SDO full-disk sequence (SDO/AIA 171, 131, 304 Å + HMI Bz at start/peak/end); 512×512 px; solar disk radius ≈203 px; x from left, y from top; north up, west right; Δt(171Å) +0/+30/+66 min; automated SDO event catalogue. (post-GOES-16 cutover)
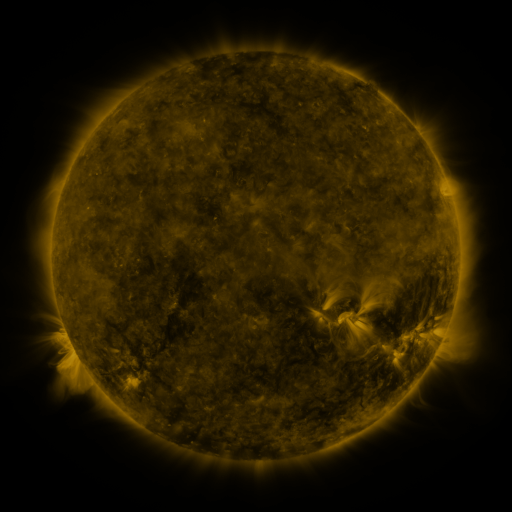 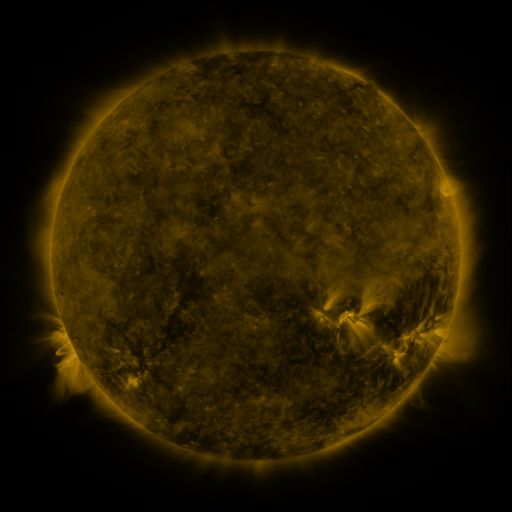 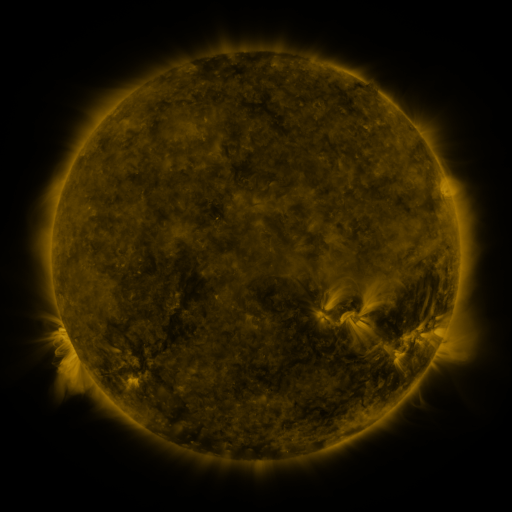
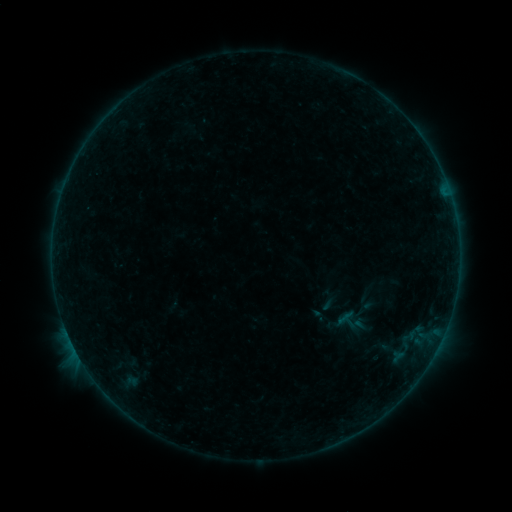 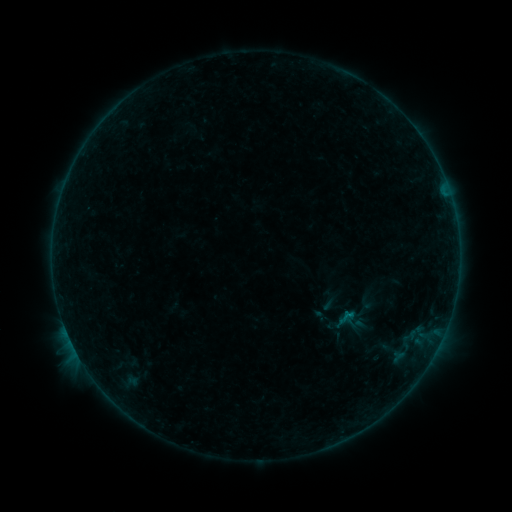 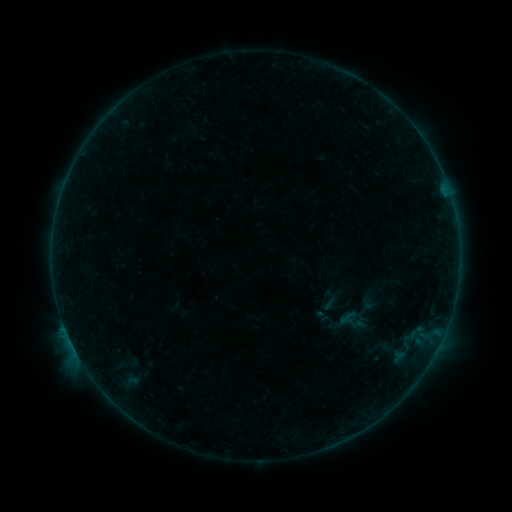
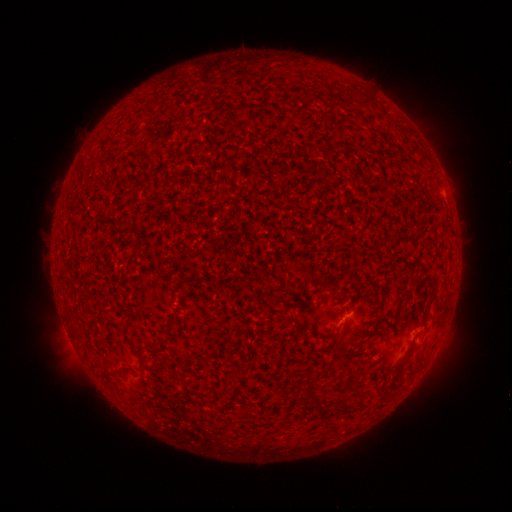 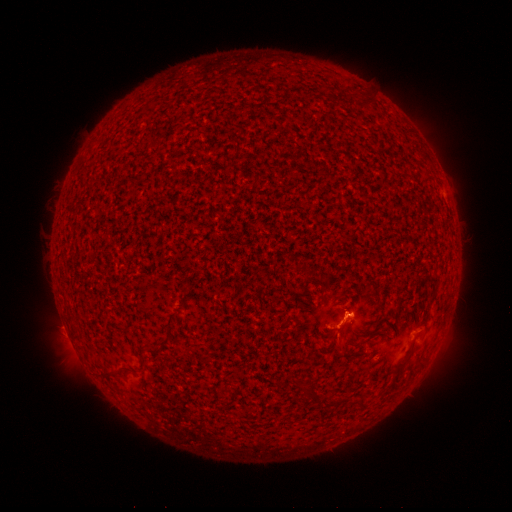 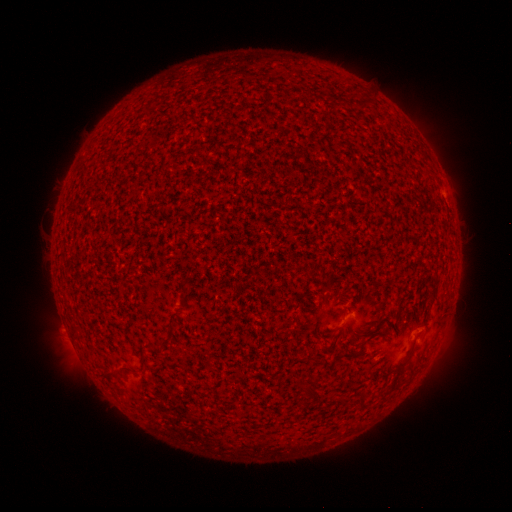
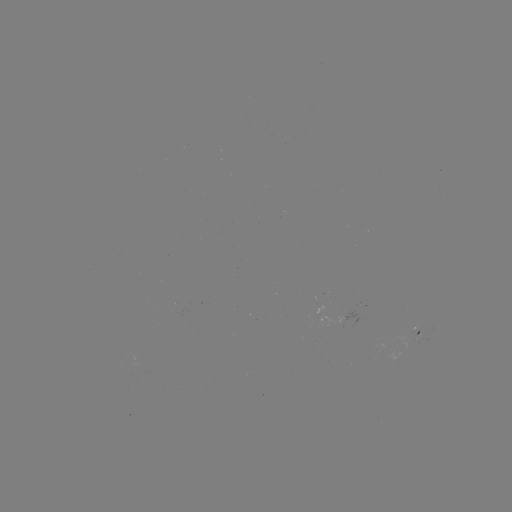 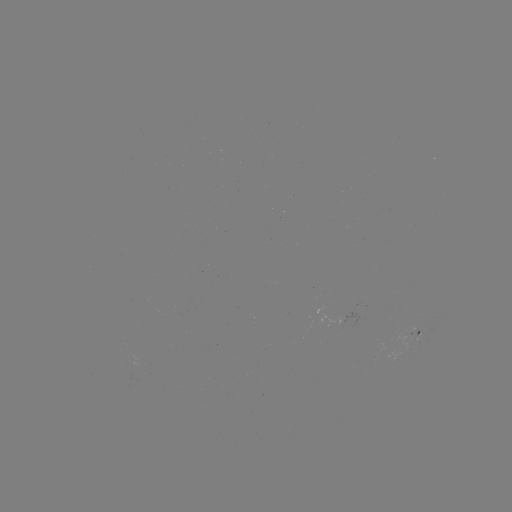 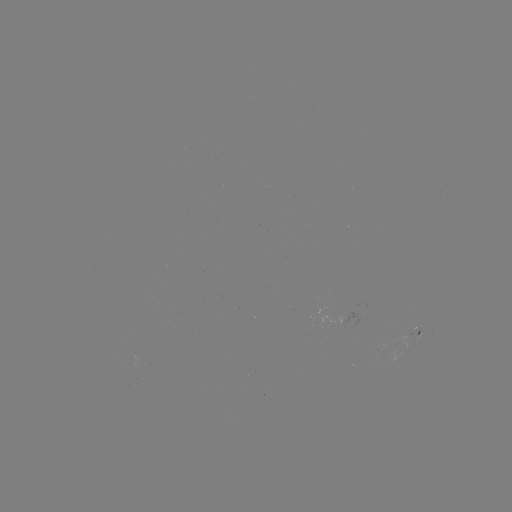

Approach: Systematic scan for B3.0 flare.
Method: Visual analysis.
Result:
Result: B3.0 flare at (66, 328).